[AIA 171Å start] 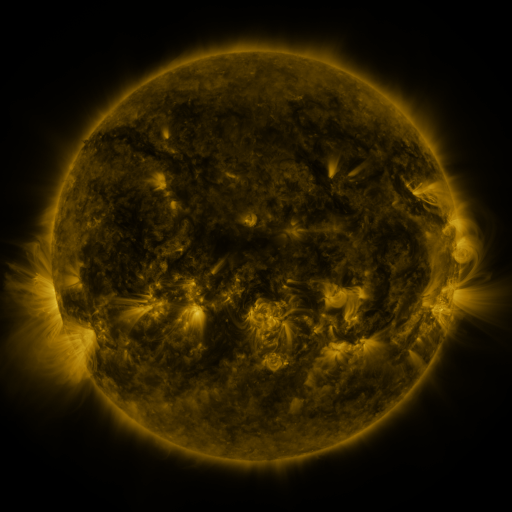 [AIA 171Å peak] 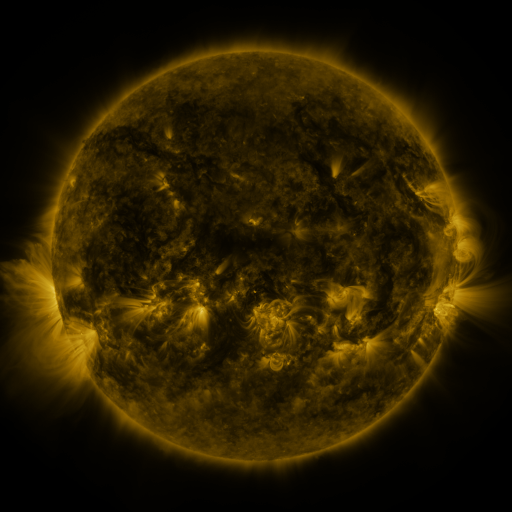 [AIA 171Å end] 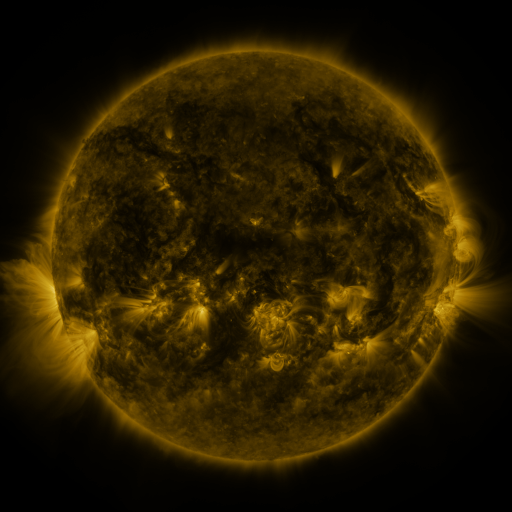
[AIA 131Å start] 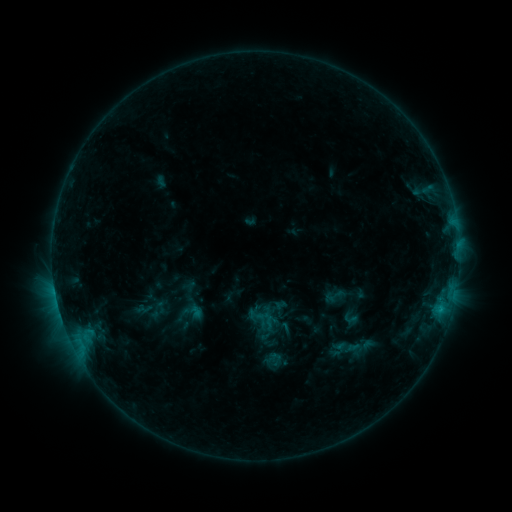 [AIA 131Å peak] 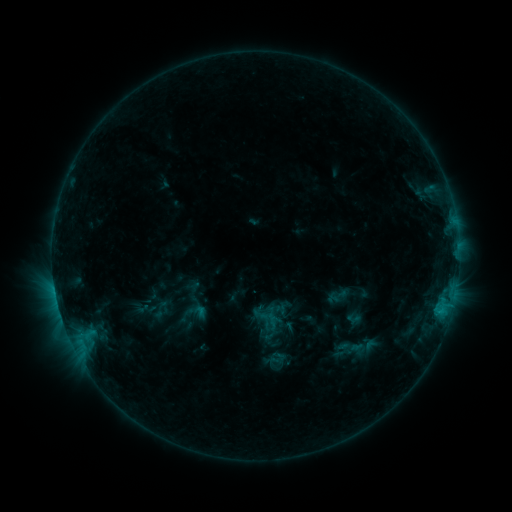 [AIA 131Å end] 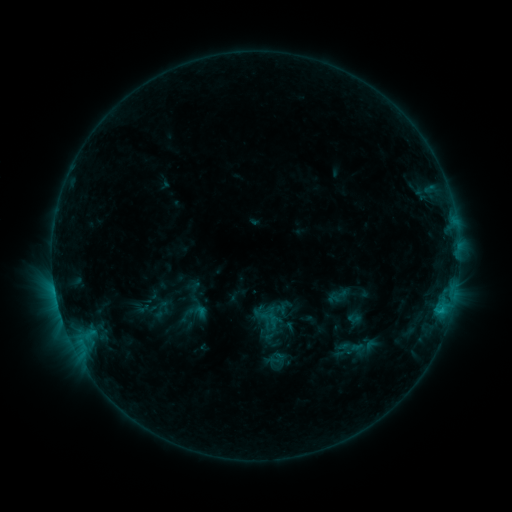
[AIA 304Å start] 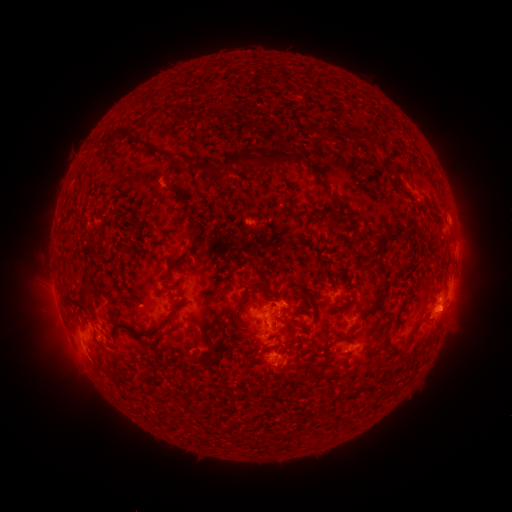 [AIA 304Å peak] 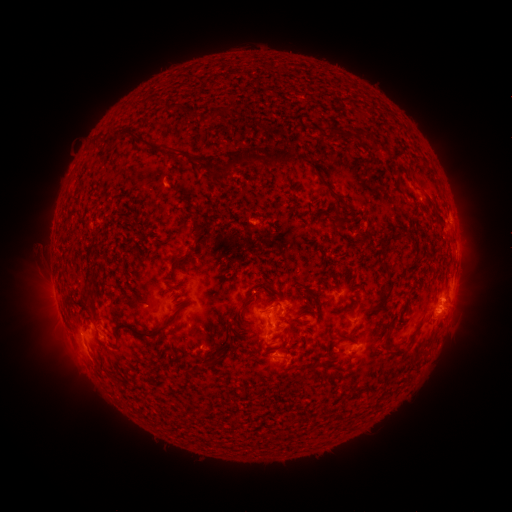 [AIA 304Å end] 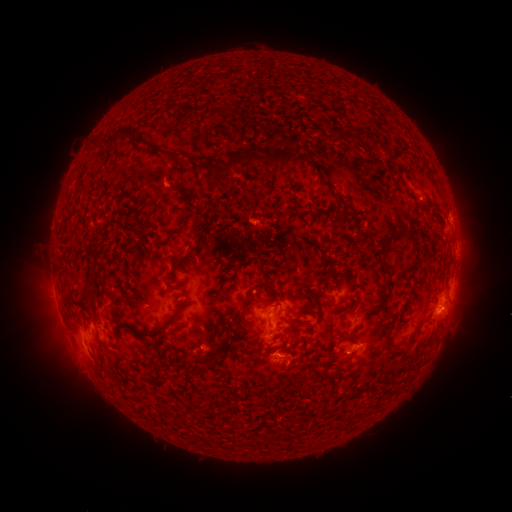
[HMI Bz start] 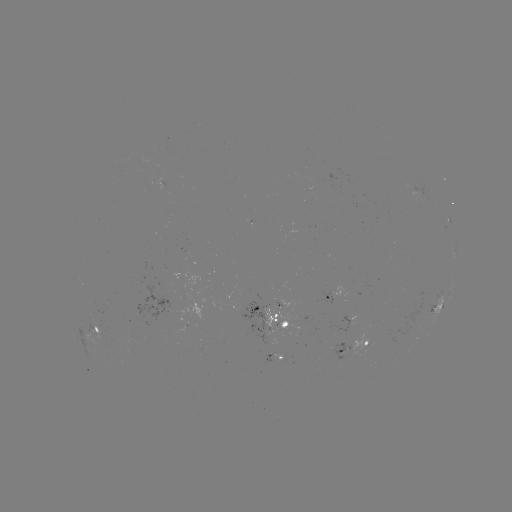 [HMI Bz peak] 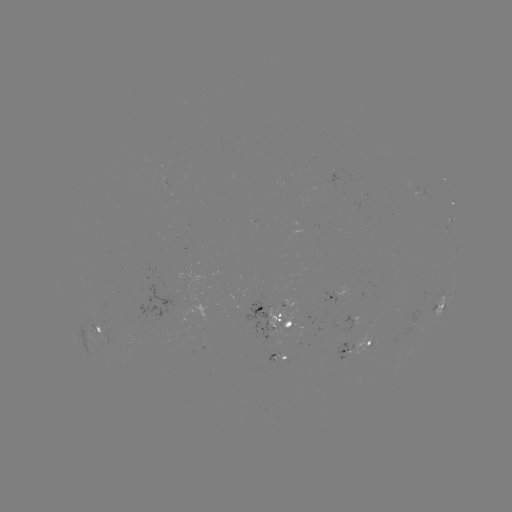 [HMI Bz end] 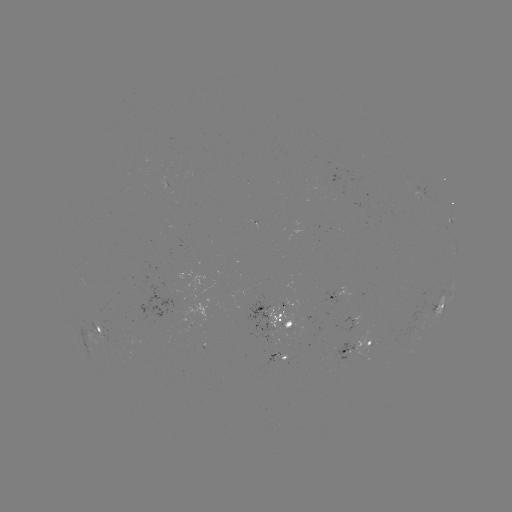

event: emerging-flux region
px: (281, 356)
